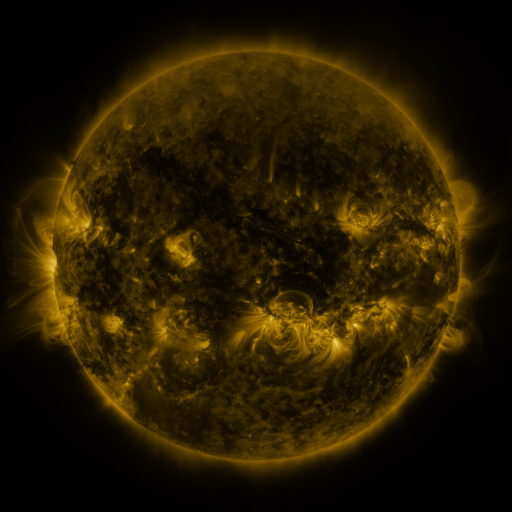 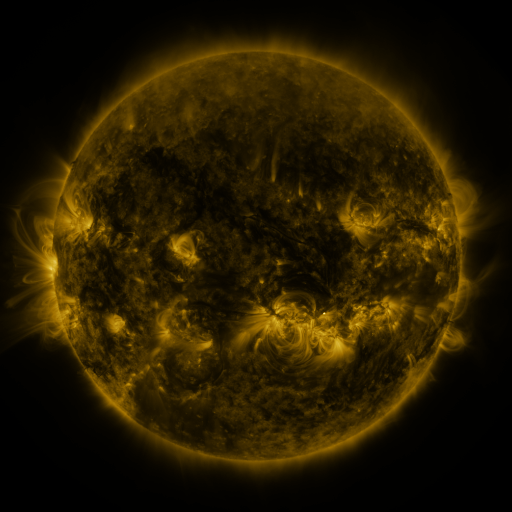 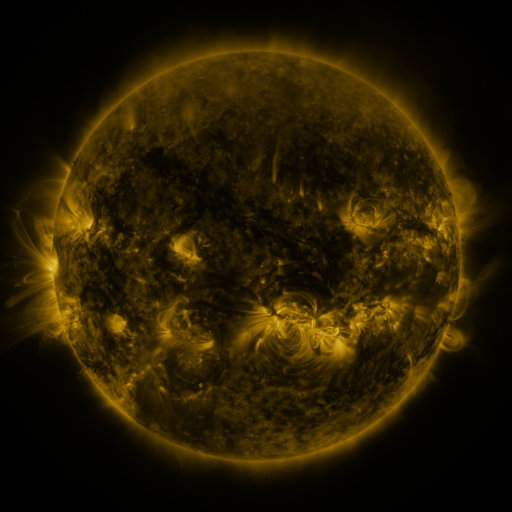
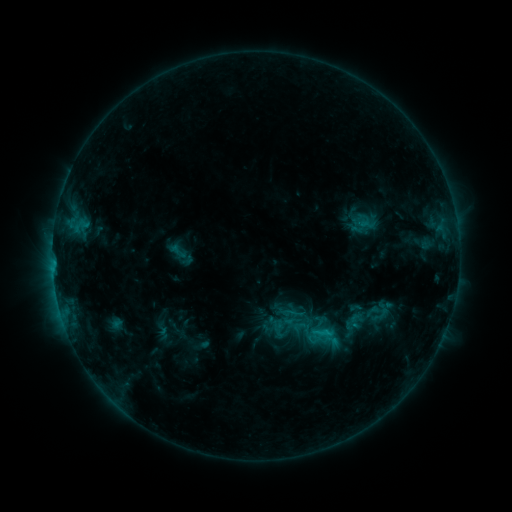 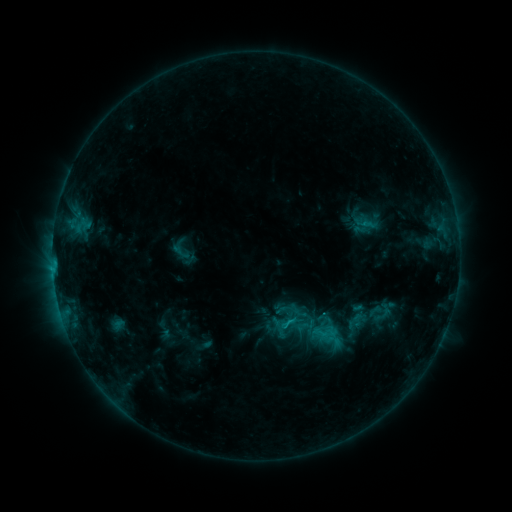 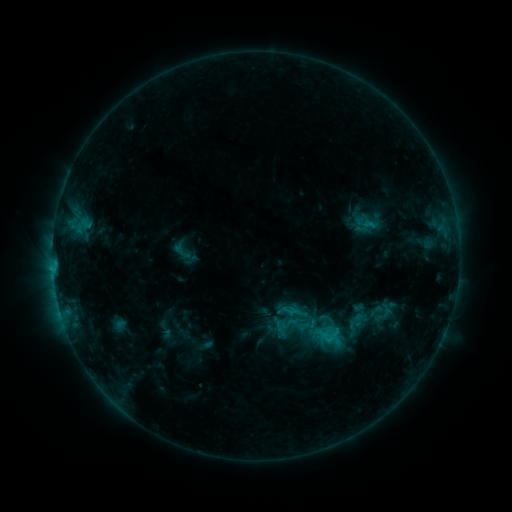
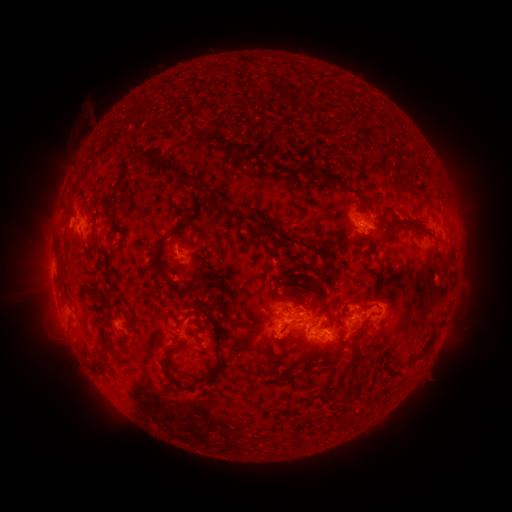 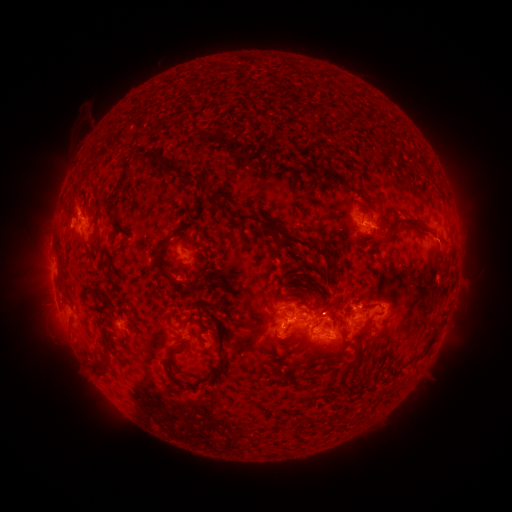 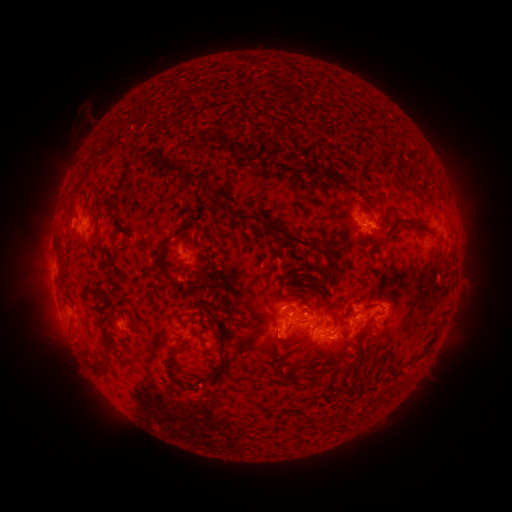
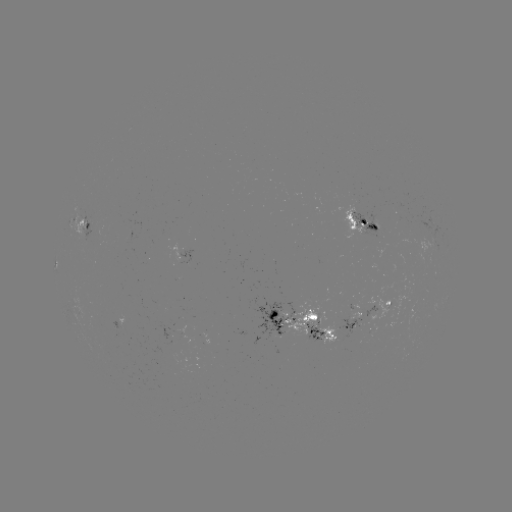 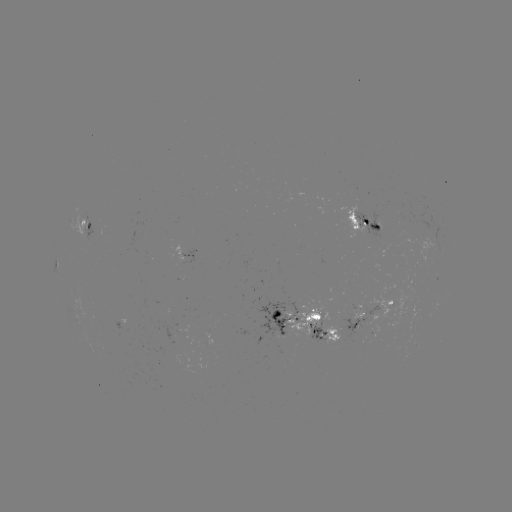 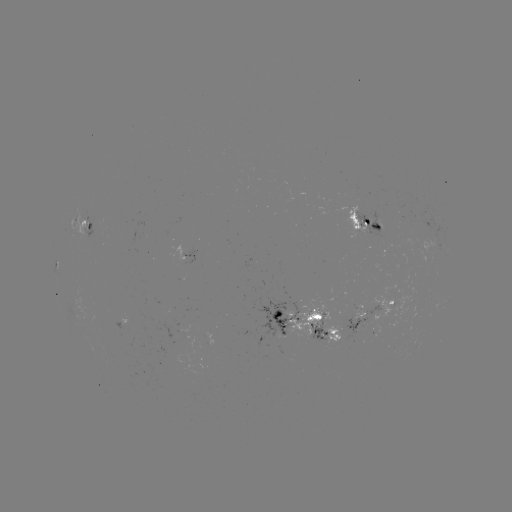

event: emerging-flux region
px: (355, 326)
